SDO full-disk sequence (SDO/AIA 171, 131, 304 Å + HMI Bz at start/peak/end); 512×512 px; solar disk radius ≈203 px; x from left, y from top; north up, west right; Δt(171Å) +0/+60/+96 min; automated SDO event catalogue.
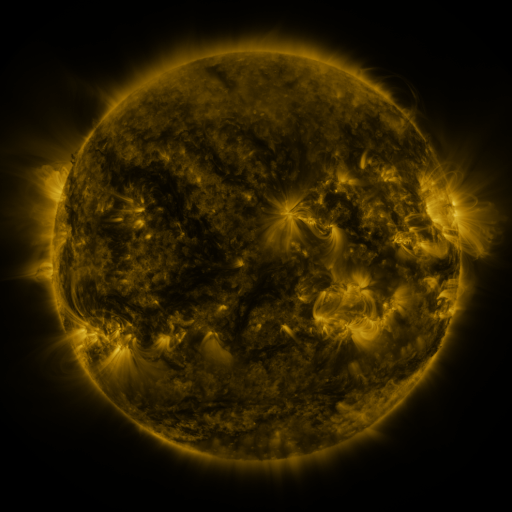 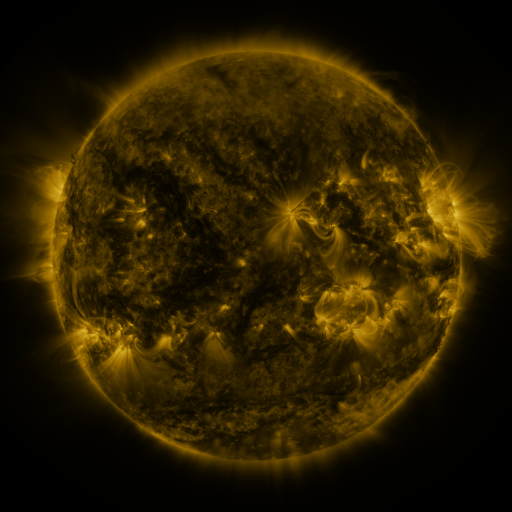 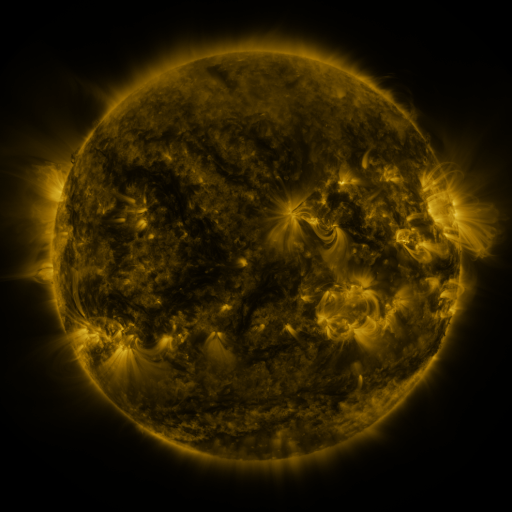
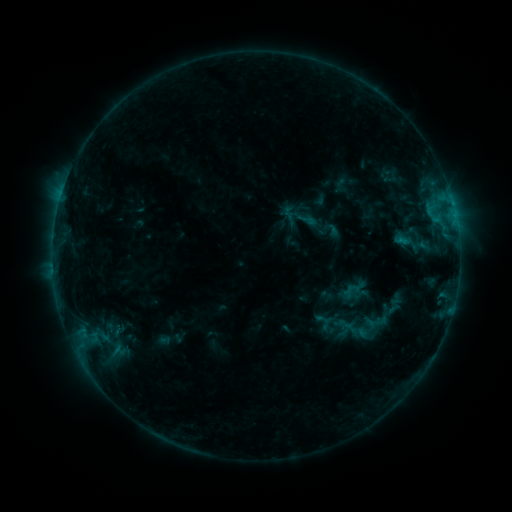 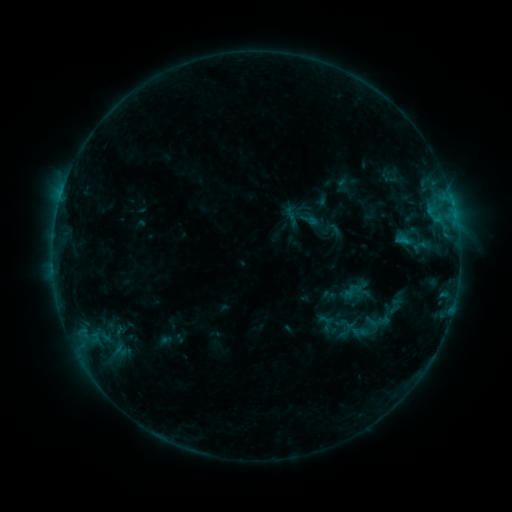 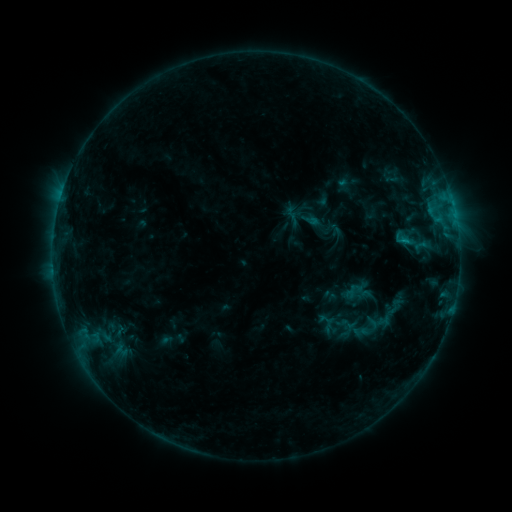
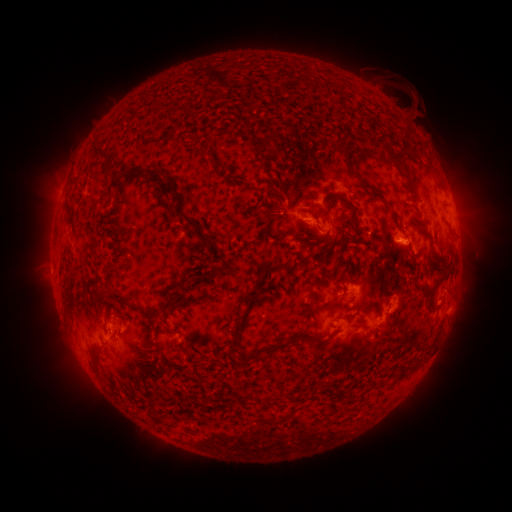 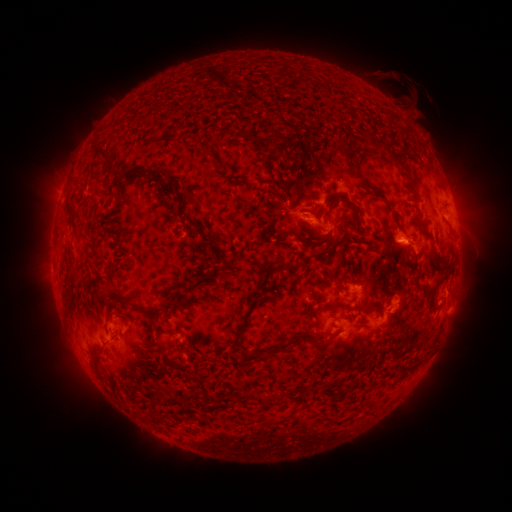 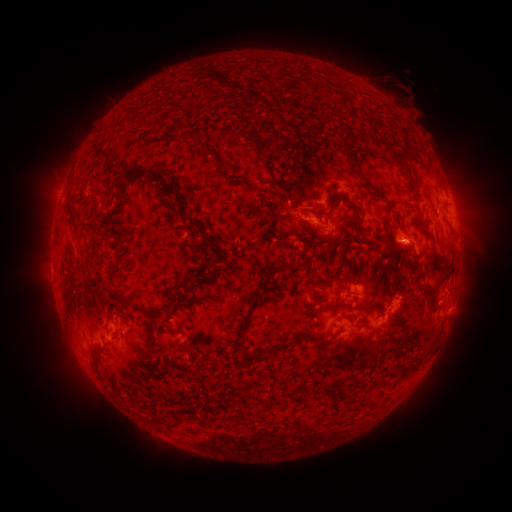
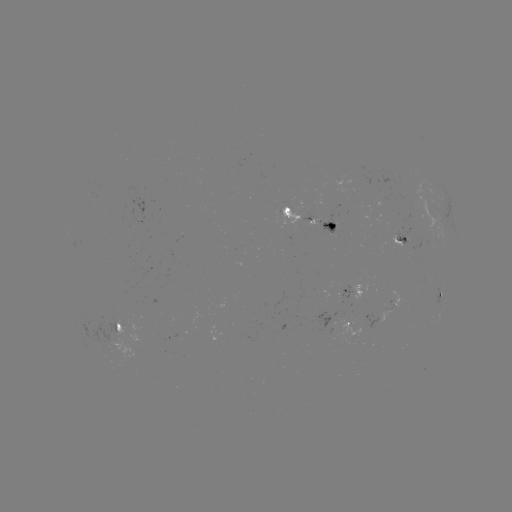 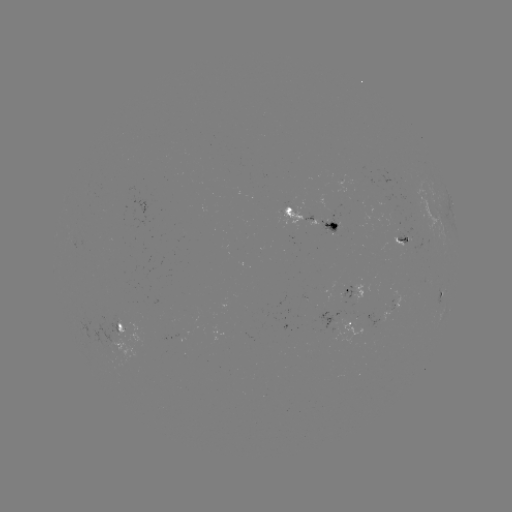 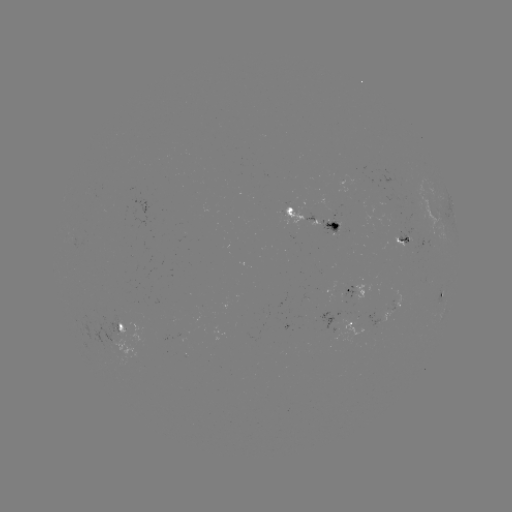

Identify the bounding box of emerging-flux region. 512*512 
[393, 290, 400, 310].